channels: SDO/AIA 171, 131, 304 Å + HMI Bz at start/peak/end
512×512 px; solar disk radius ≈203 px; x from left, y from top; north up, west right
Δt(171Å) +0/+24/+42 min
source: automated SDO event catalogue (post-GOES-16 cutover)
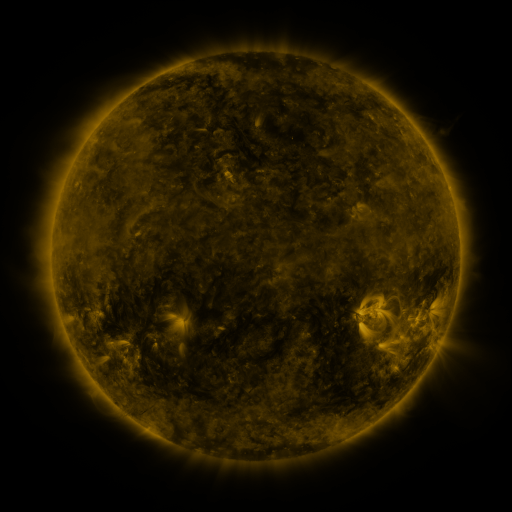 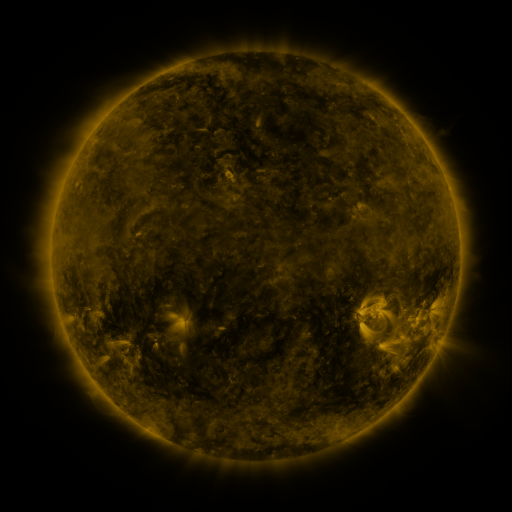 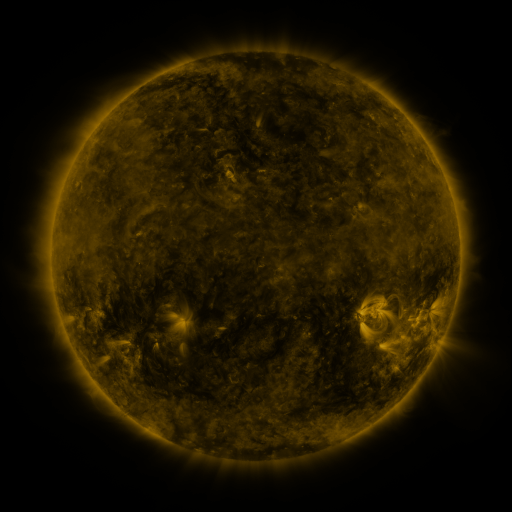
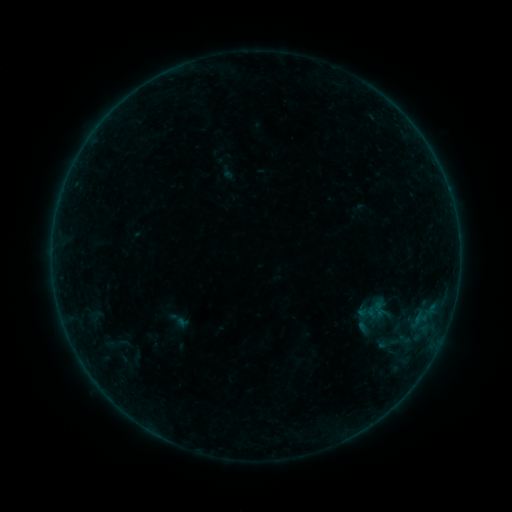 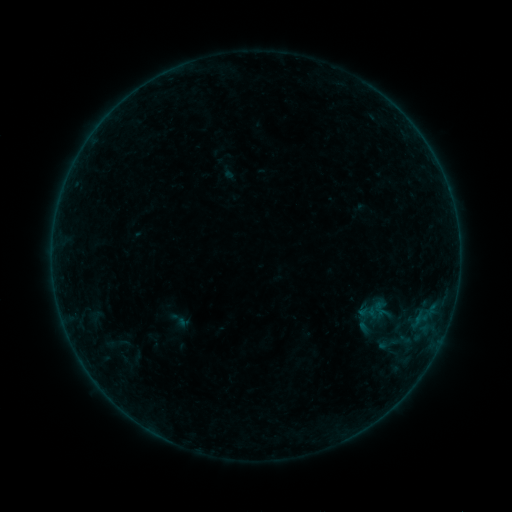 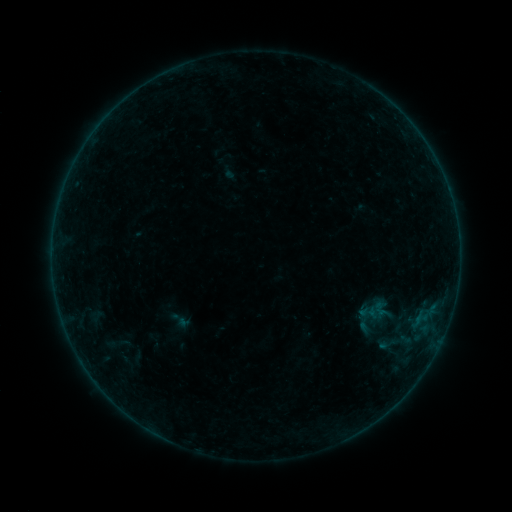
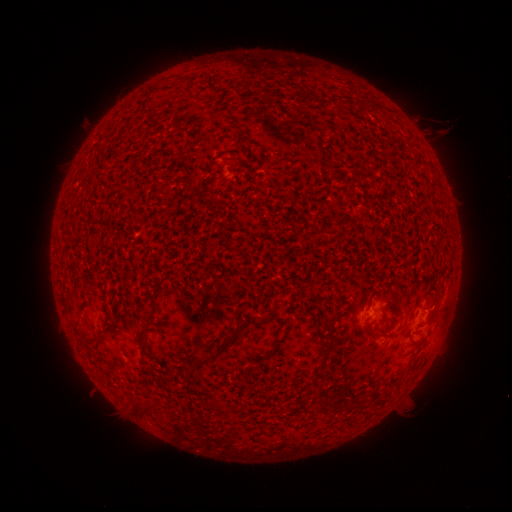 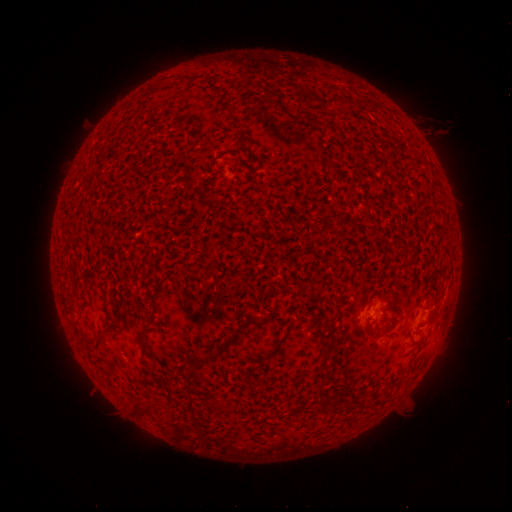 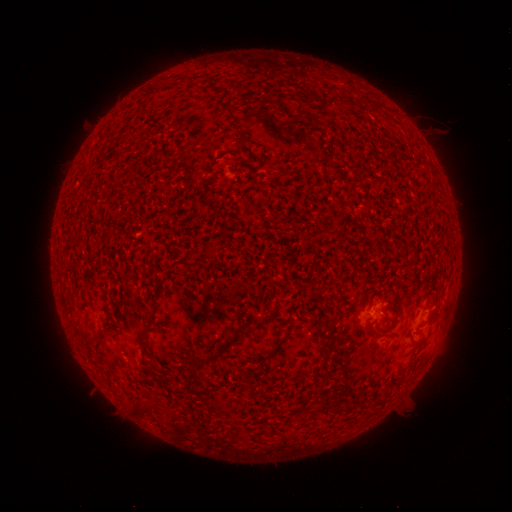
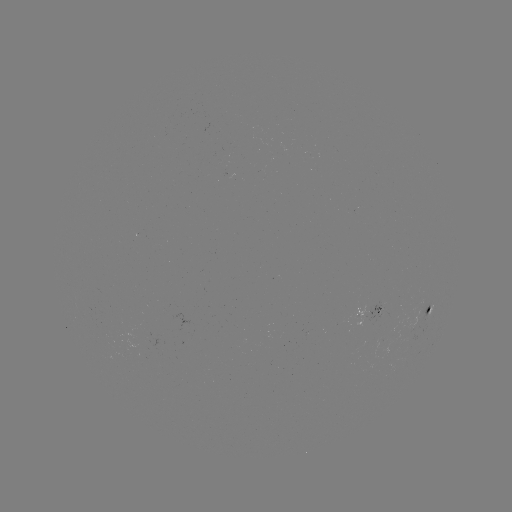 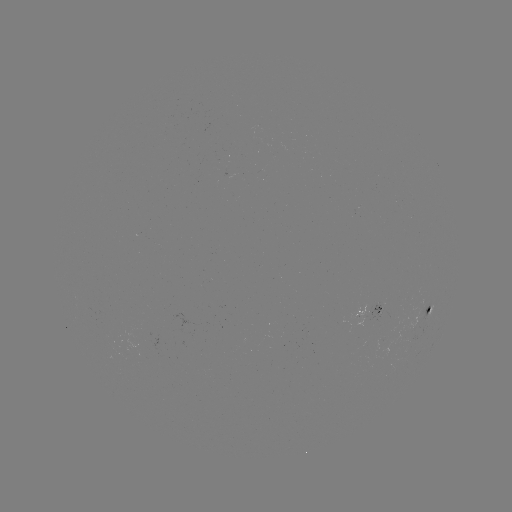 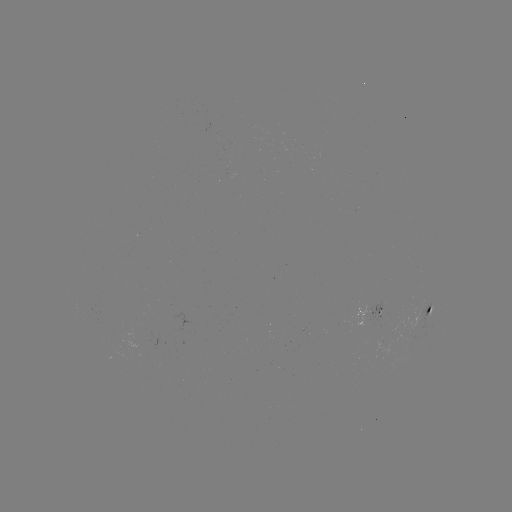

no catalogued flare and no flagged EUV brightening in this window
